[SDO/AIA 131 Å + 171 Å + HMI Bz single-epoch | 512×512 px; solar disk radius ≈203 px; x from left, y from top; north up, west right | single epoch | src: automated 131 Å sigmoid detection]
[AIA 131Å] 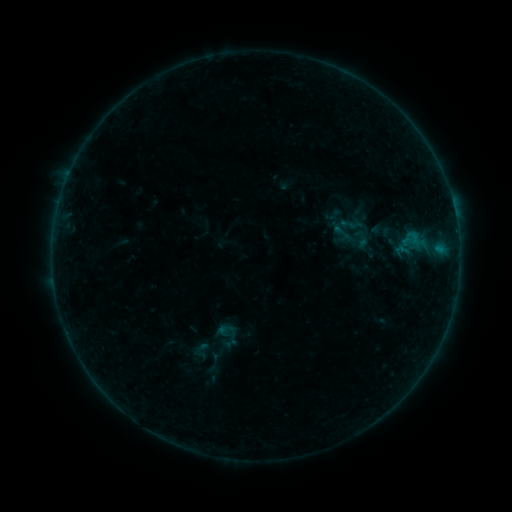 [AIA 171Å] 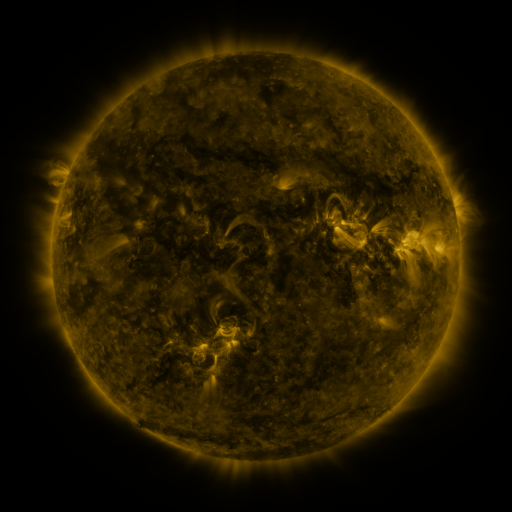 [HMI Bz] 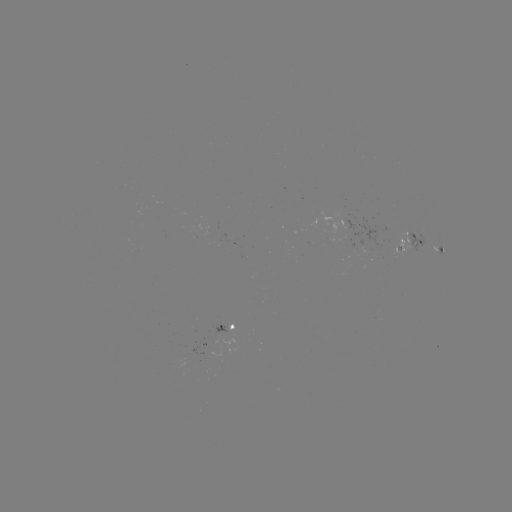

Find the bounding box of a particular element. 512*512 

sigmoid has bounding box [367, 219, 393, 241].